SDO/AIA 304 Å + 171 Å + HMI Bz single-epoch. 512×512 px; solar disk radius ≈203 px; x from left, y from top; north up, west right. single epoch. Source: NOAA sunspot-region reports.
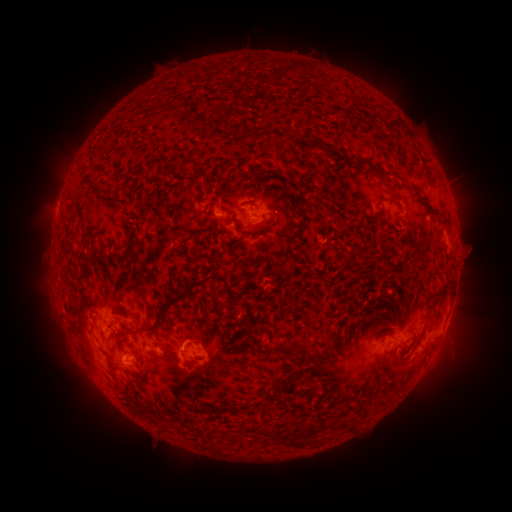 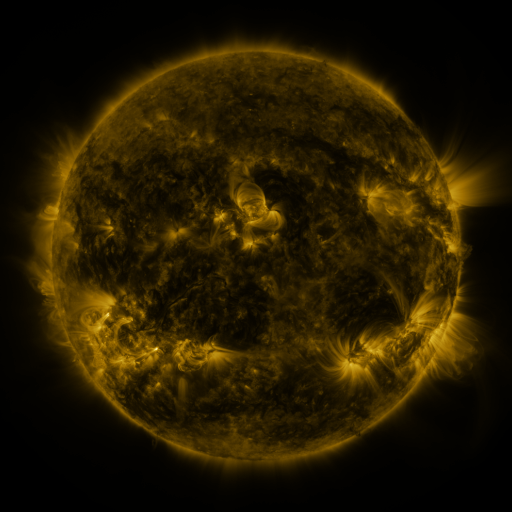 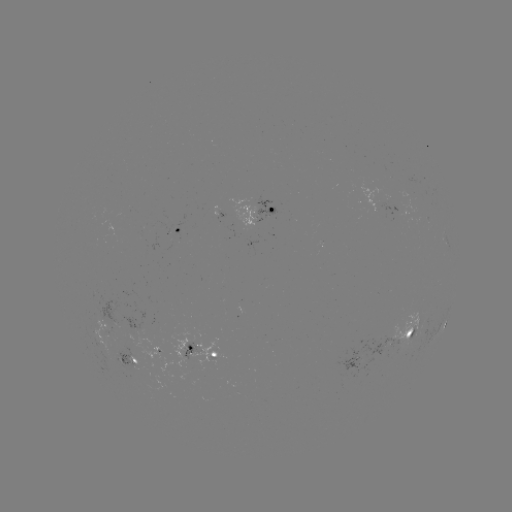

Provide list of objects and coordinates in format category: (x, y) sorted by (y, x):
spotted active region: (262, 213)
spotted active region: (178, 233)
spotted active region: (455, 291)
spotted active region: (105, 321)
spotted active region: (445, 322)
spotted active region: (409, 334)
spotted active region: (158, 349)
spotted active region: (203, 351)
spotted active region: (369, 357)
spotted active region: (125, 361)
